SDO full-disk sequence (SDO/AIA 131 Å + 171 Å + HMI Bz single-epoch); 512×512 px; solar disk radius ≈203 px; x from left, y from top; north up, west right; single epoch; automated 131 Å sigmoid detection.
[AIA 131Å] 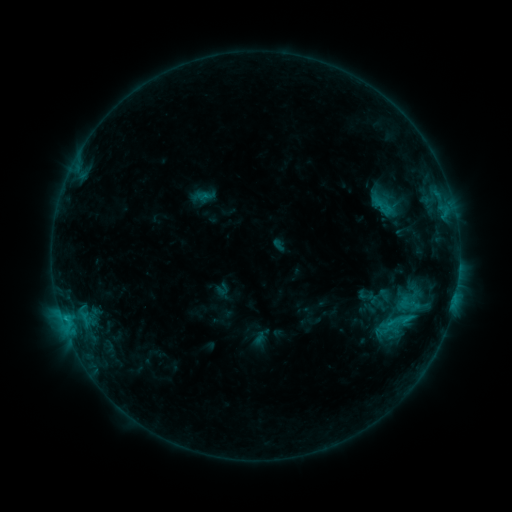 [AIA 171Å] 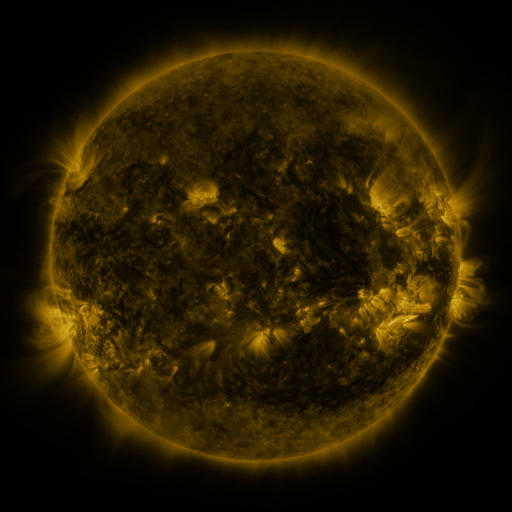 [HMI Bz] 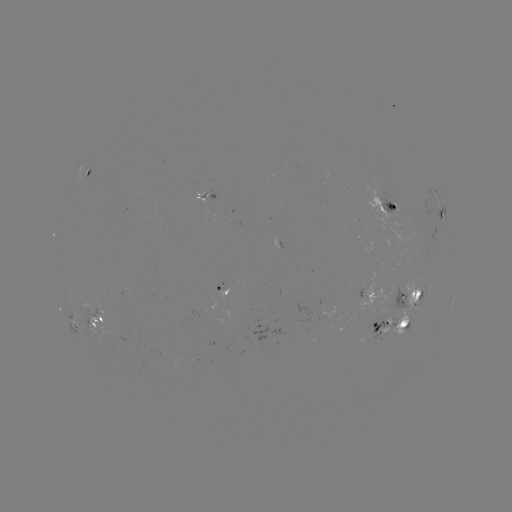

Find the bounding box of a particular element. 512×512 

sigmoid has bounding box [366, 193, 399, 219].